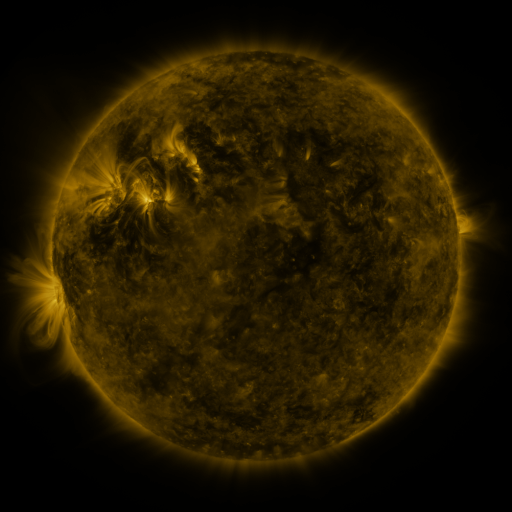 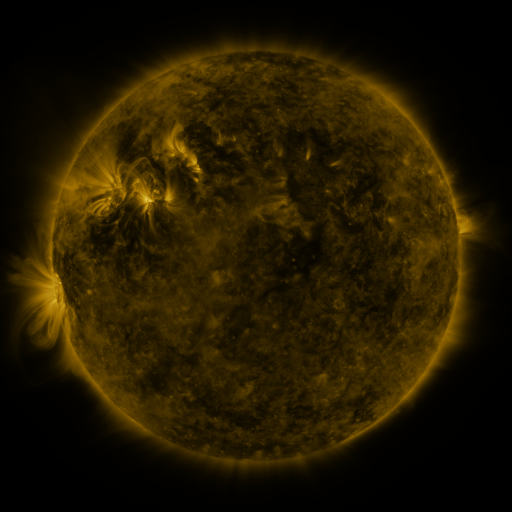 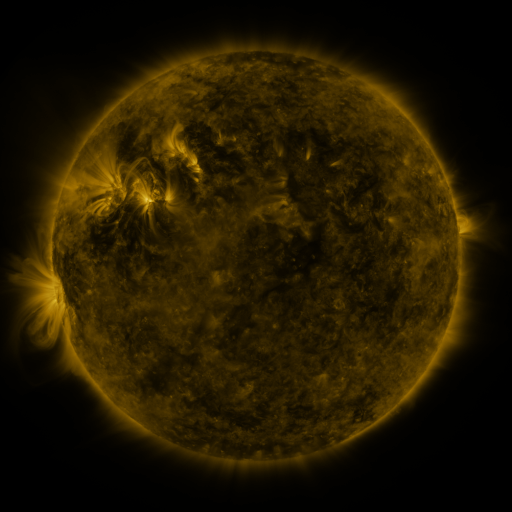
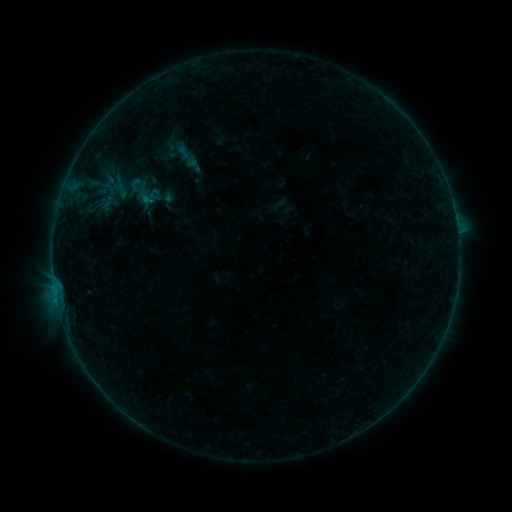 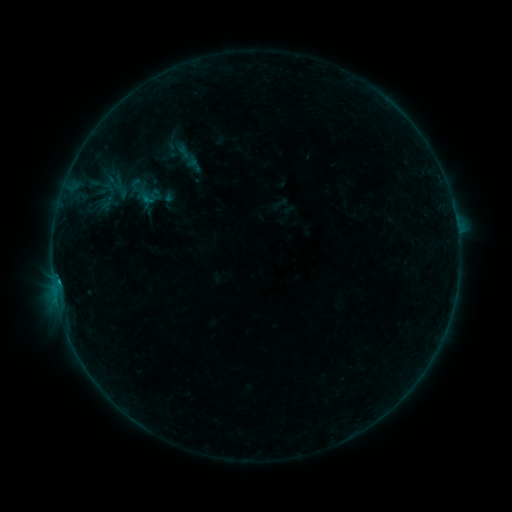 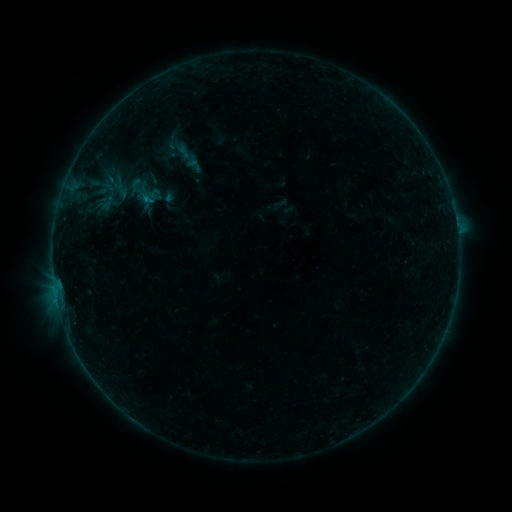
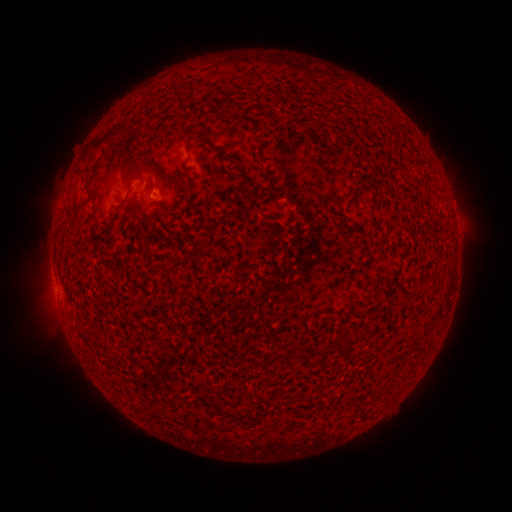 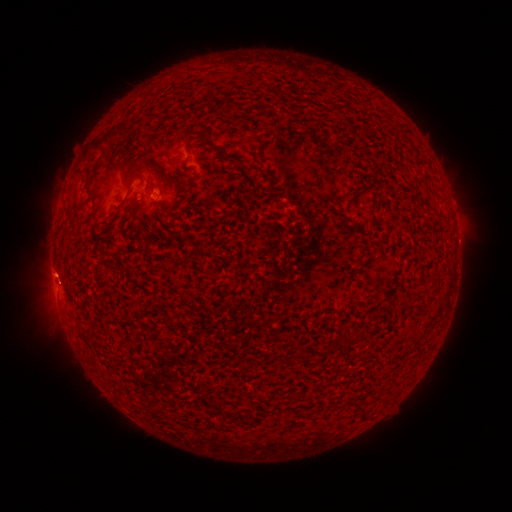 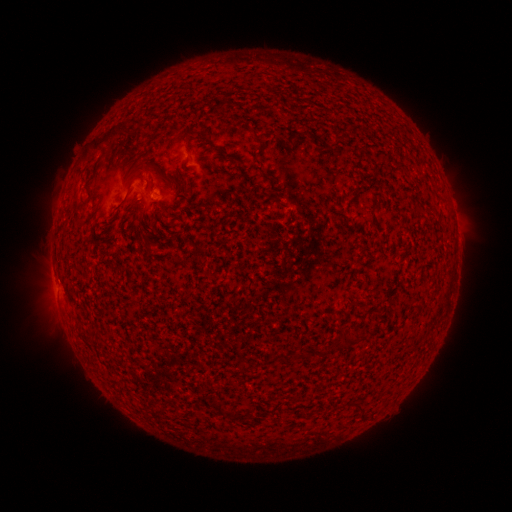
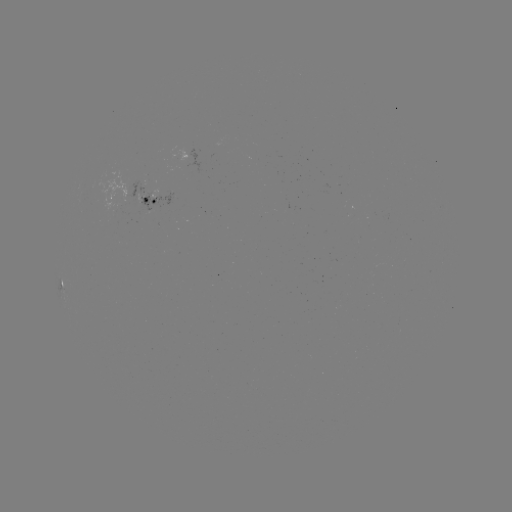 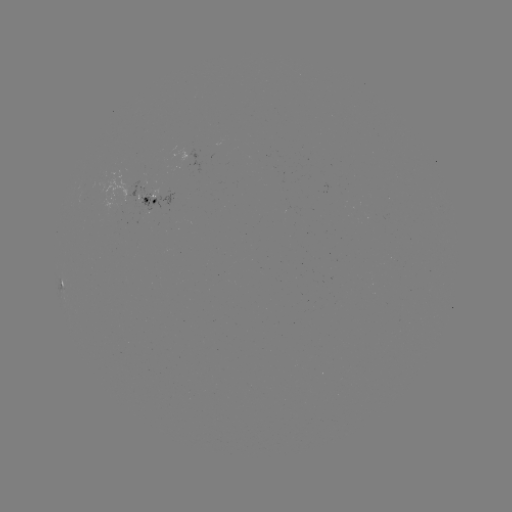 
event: flare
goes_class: B2.2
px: (59, 280)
